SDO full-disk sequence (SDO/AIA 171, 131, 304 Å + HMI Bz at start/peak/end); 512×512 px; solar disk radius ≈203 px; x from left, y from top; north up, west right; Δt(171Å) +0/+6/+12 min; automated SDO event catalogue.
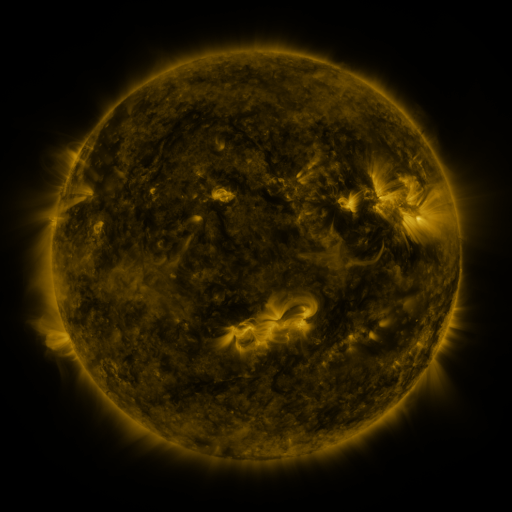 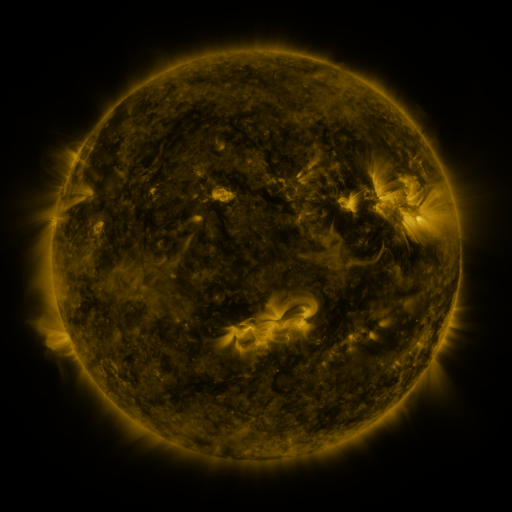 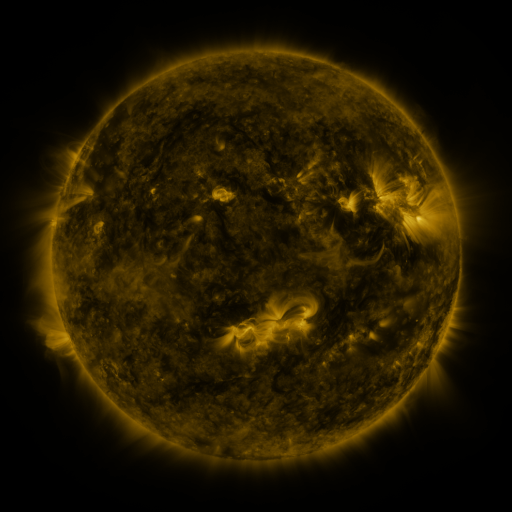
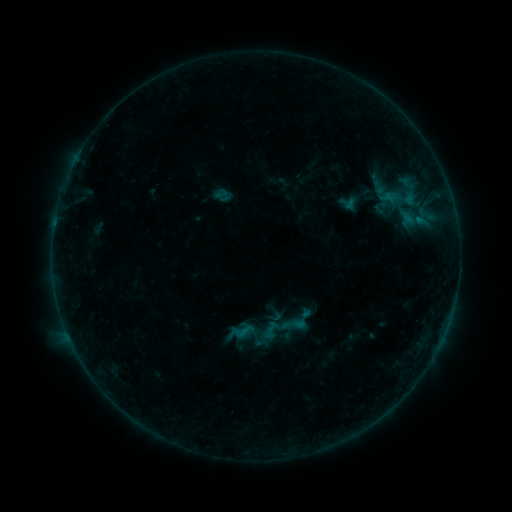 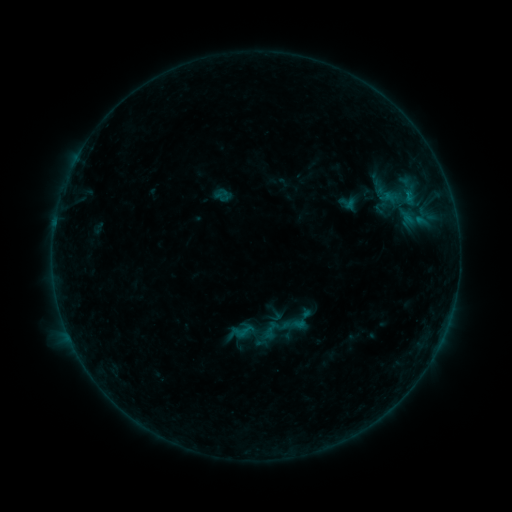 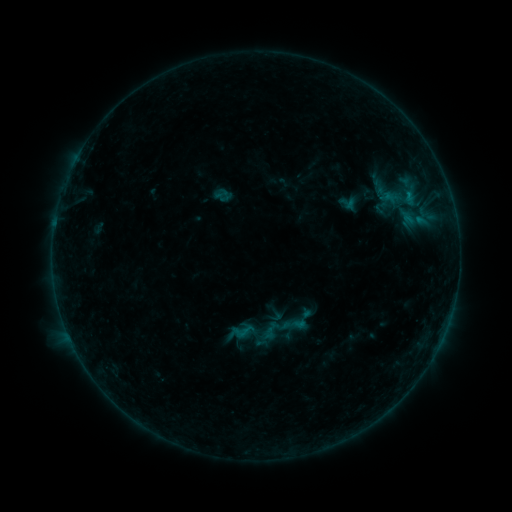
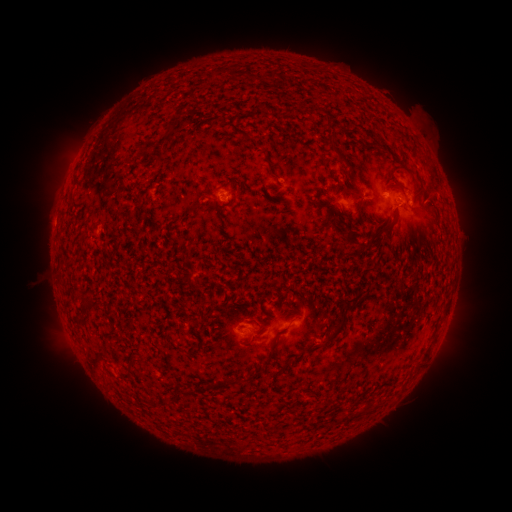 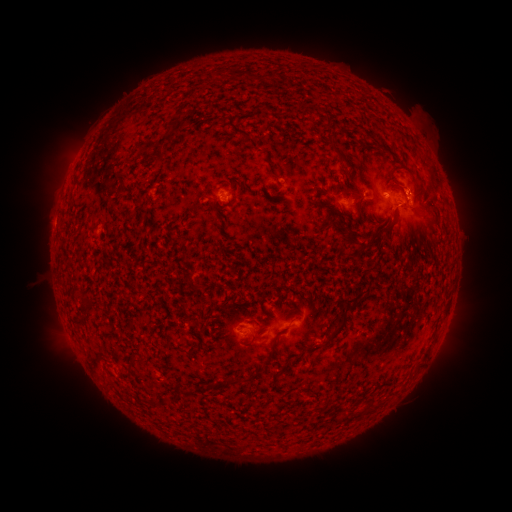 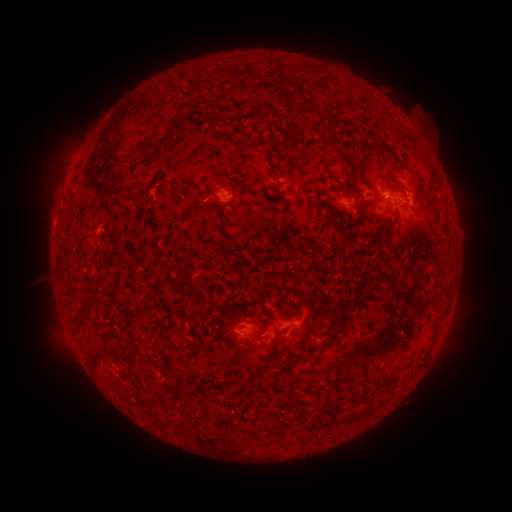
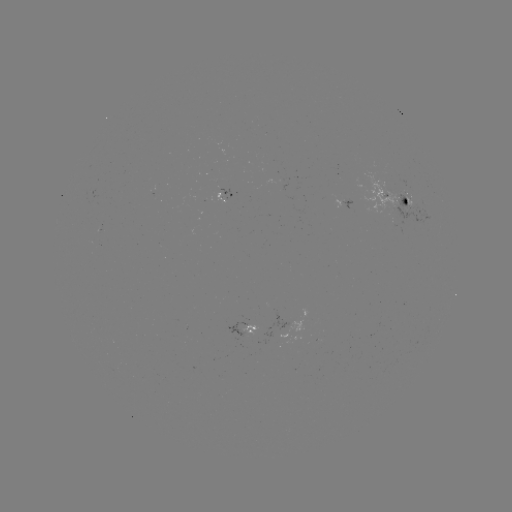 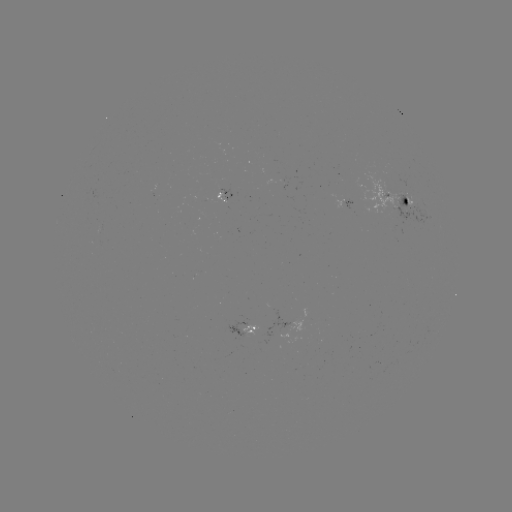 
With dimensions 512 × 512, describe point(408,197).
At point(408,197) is B3.4 flare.